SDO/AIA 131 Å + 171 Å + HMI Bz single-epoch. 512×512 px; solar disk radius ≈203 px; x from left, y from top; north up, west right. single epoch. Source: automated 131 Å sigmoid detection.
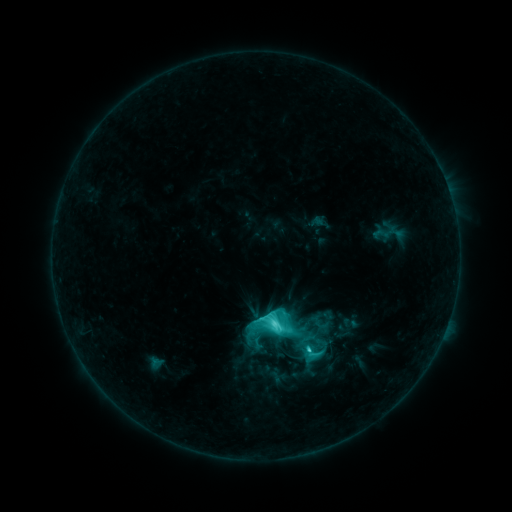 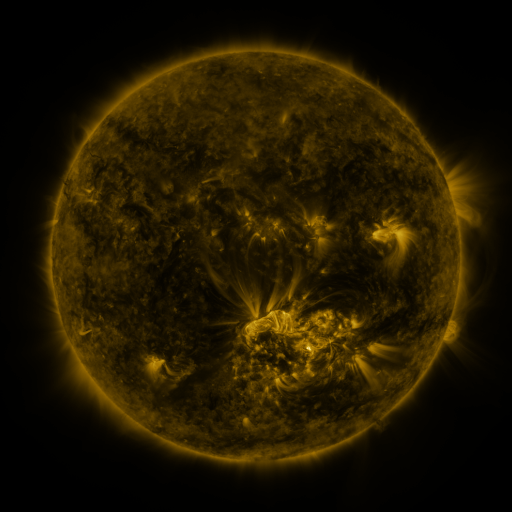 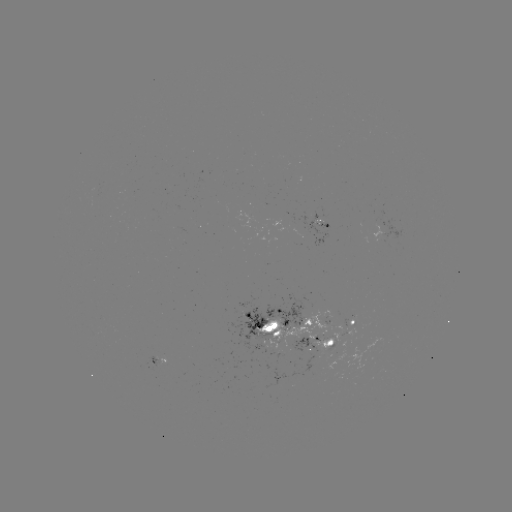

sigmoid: <bbox>304, 343, 324, 363</bbox>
